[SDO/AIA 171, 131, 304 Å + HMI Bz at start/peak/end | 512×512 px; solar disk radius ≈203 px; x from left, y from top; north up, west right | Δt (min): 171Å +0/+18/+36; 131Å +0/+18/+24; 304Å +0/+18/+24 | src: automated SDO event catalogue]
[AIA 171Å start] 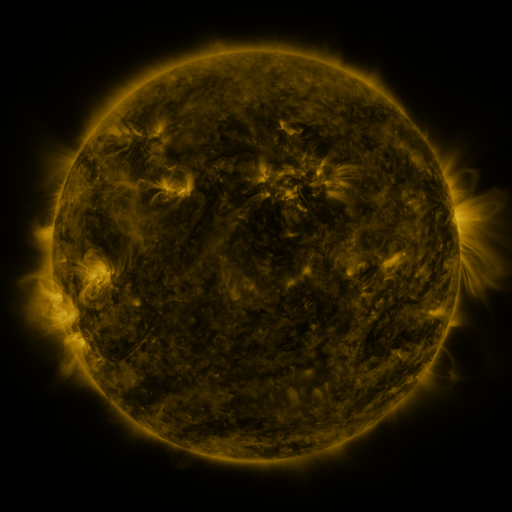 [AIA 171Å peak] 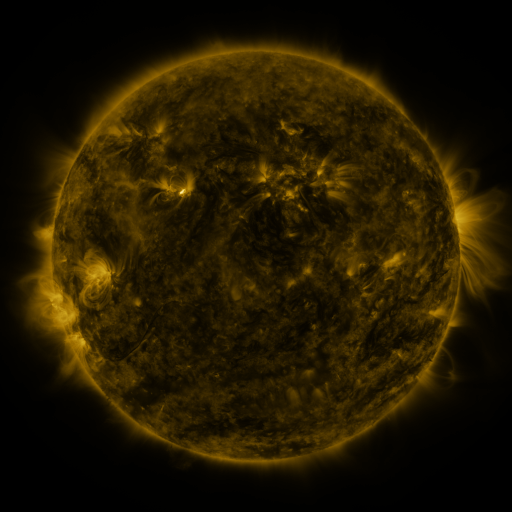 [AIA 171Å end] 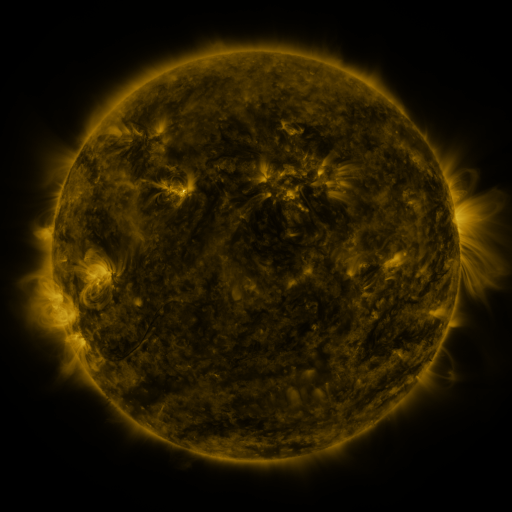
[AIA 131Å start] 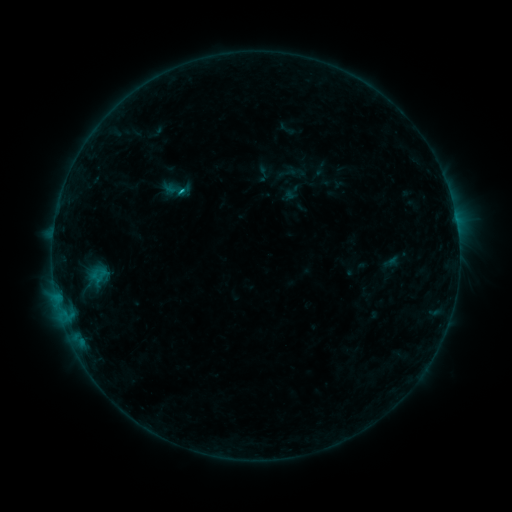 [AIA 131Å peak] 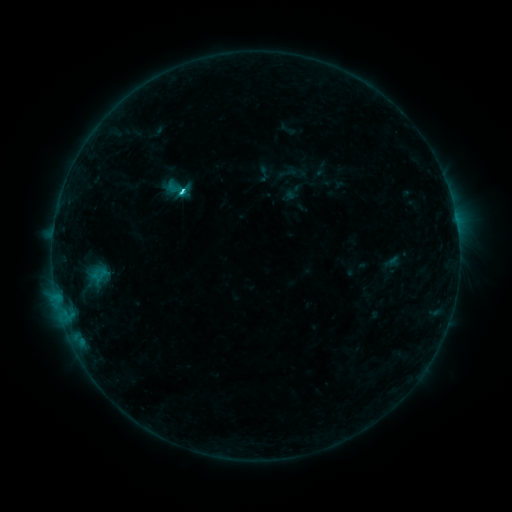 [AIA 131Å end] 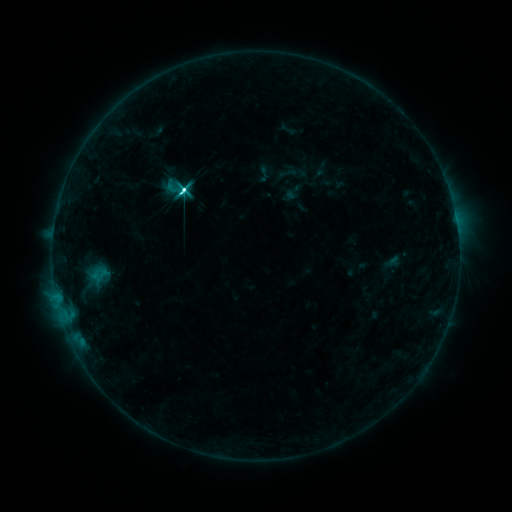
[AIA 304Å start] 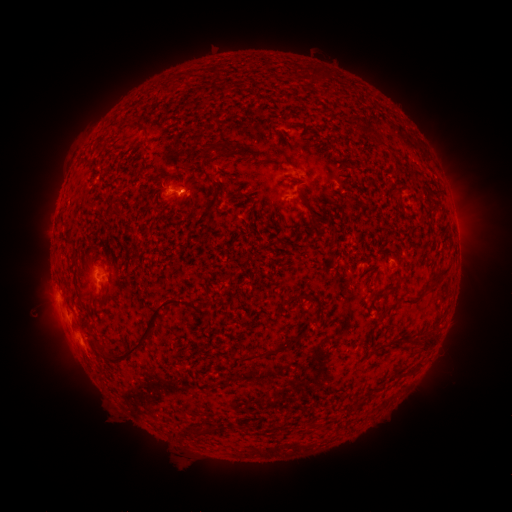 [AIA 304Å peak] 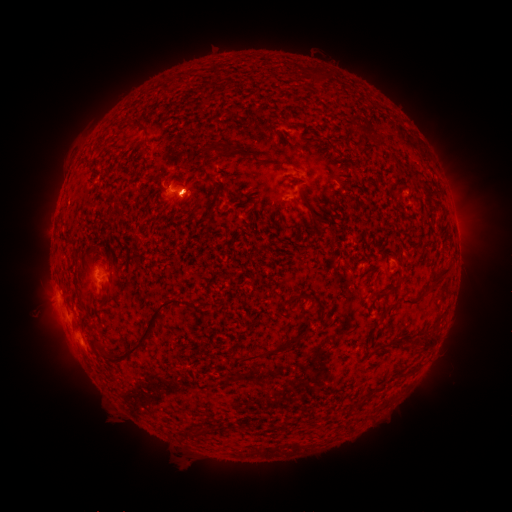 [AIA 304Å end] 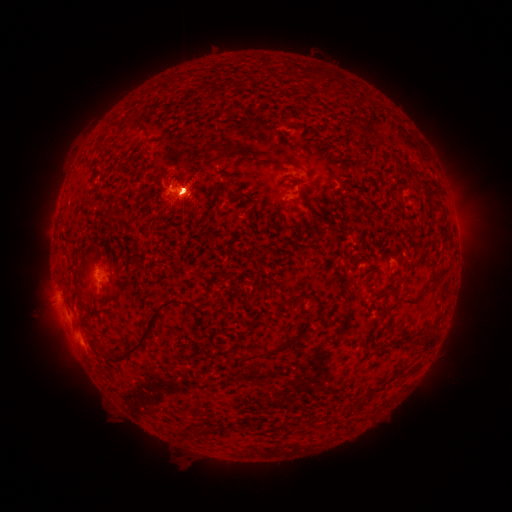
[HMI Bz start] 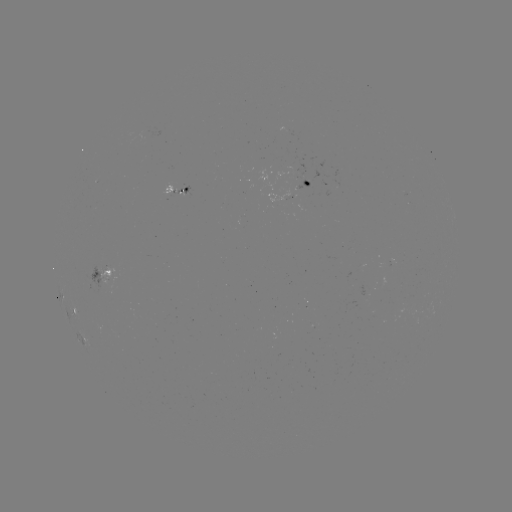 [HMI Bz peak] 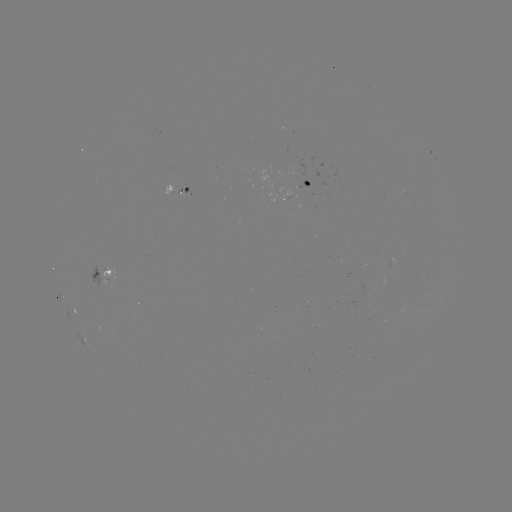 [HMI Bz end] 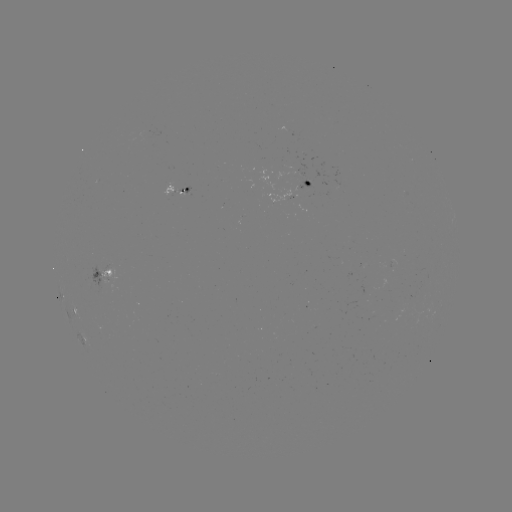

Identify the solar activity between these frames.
C2.5 flare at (184, 191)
